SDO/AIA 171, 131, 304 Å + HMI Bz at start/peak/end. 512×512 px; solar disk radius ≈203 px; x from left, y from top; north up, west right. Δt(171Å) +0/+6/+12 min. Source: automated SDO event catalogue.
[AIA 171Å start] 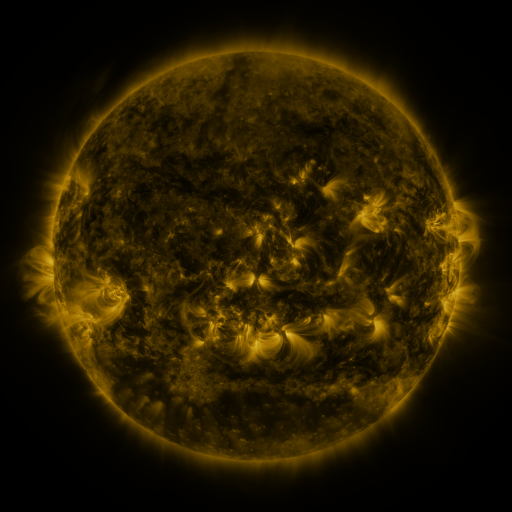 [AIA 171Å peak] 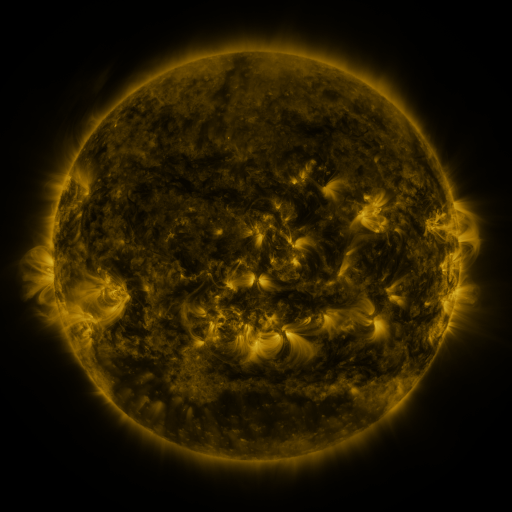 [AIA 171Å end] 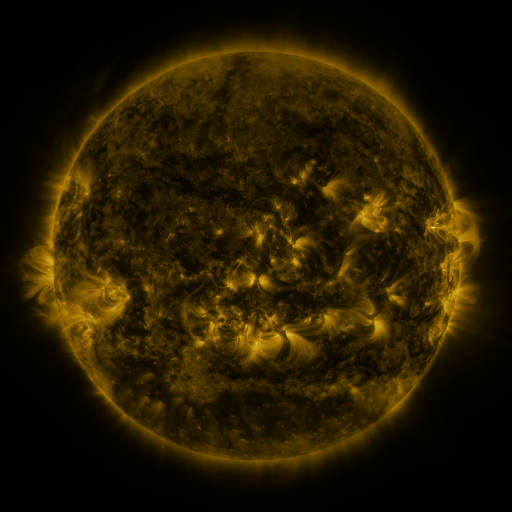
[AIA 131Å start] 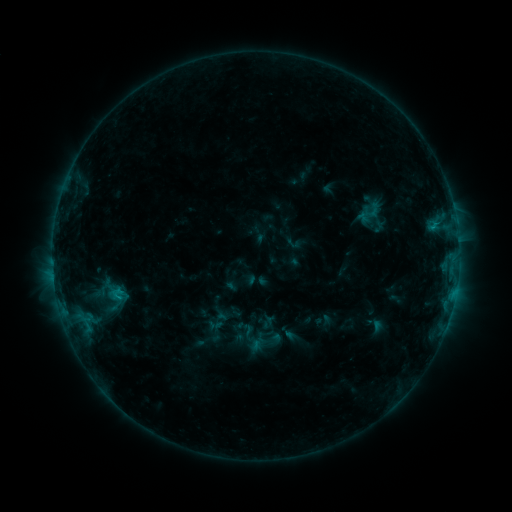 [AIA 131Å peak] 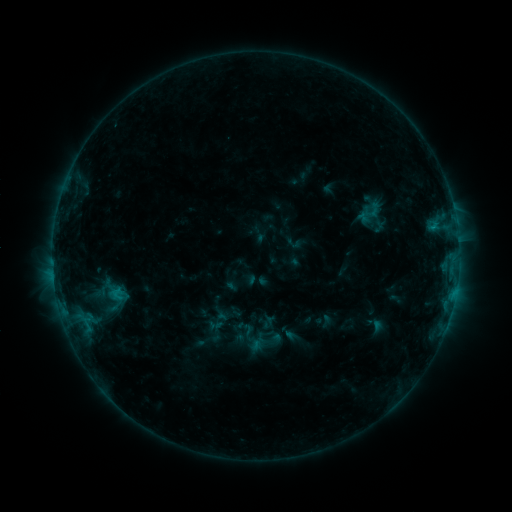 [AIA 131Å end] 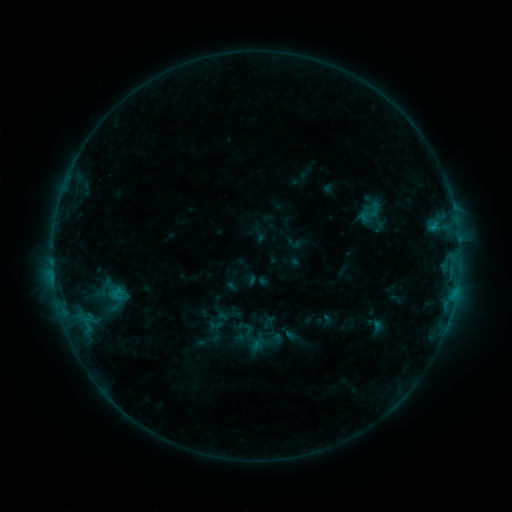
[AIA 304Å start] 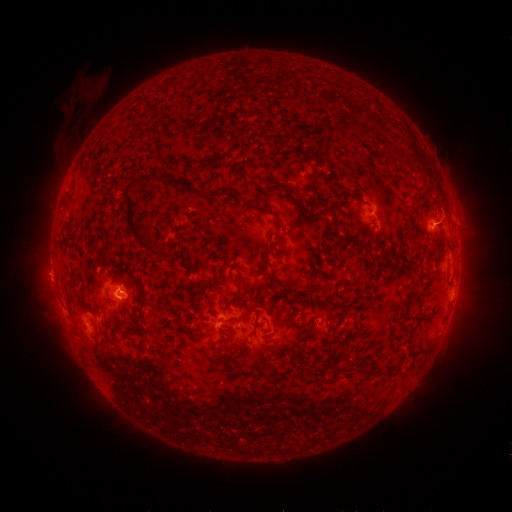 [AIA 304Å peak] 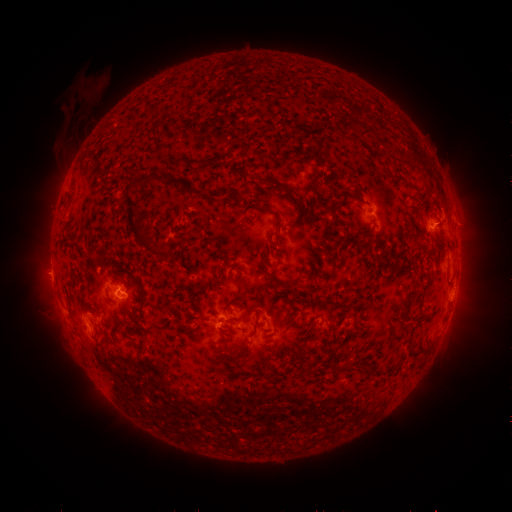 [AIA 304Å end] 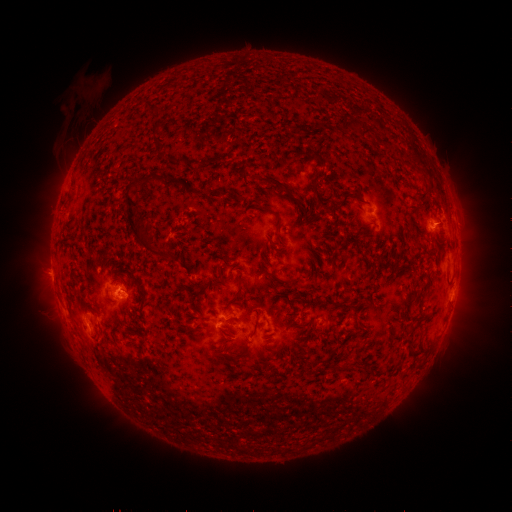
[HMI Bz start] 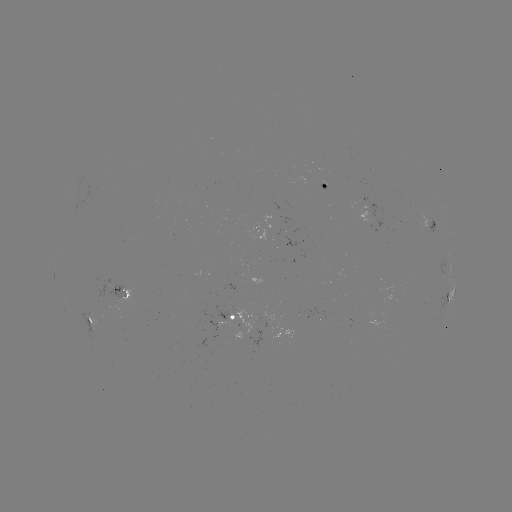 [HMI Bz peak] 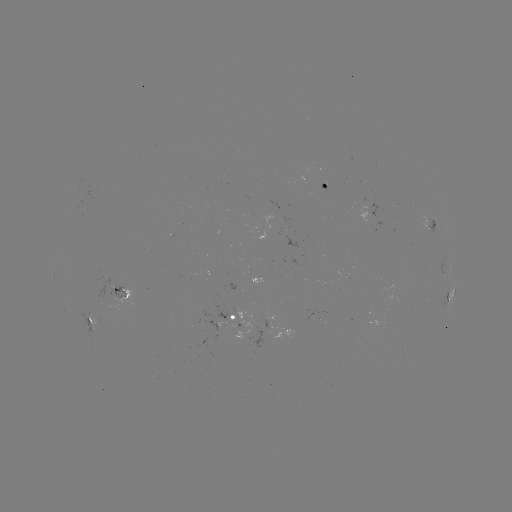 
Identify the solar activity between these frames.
nothing was catalogued: no classed flare, no EUV trigger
